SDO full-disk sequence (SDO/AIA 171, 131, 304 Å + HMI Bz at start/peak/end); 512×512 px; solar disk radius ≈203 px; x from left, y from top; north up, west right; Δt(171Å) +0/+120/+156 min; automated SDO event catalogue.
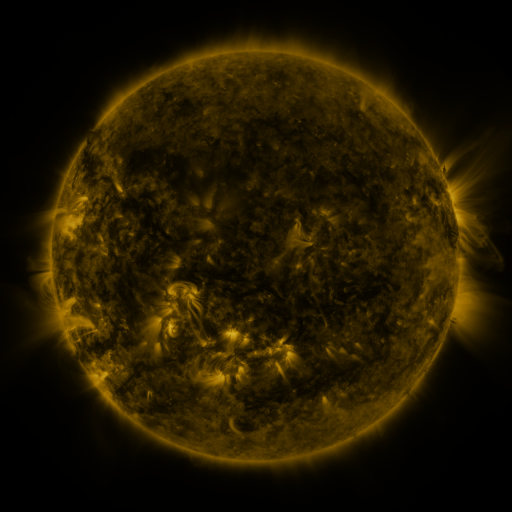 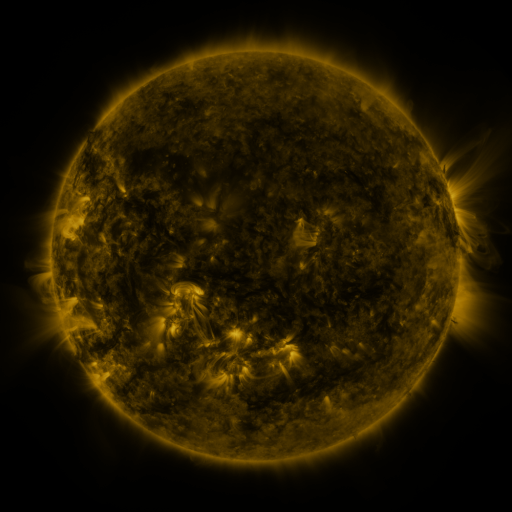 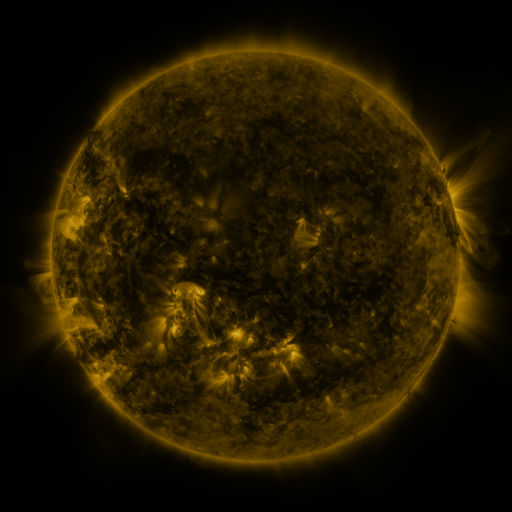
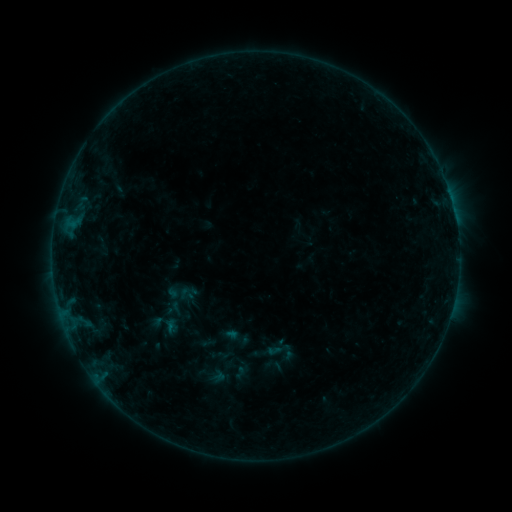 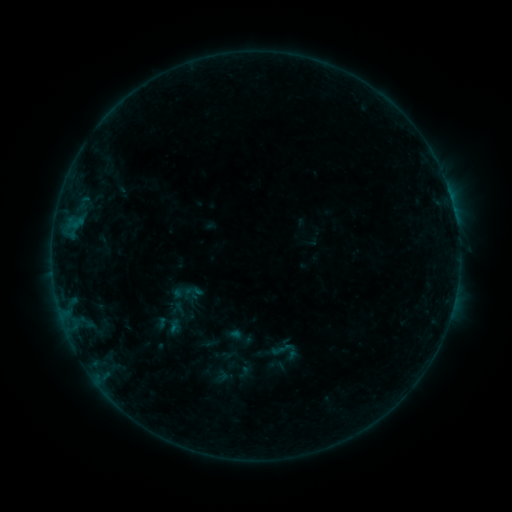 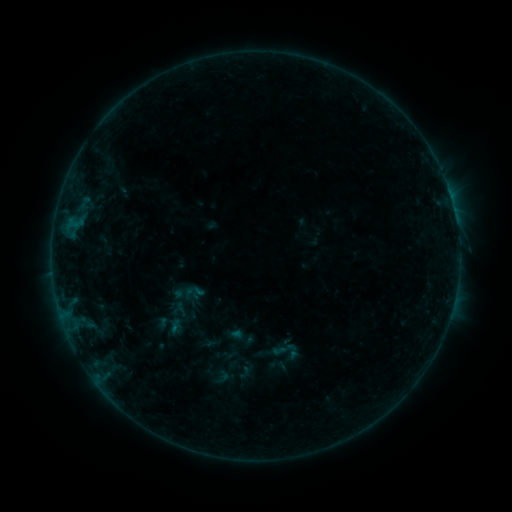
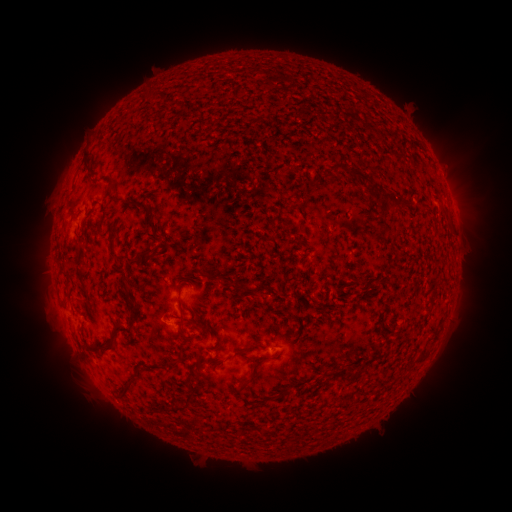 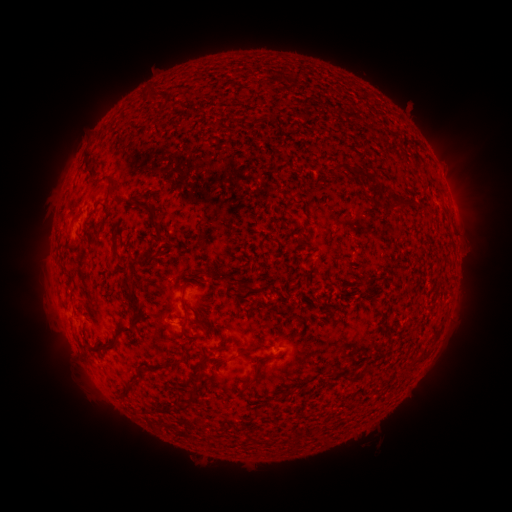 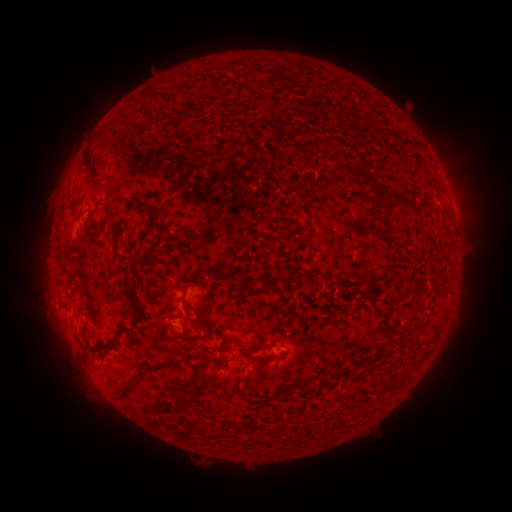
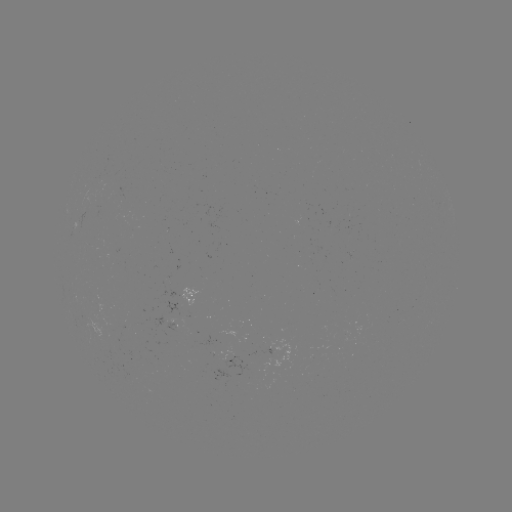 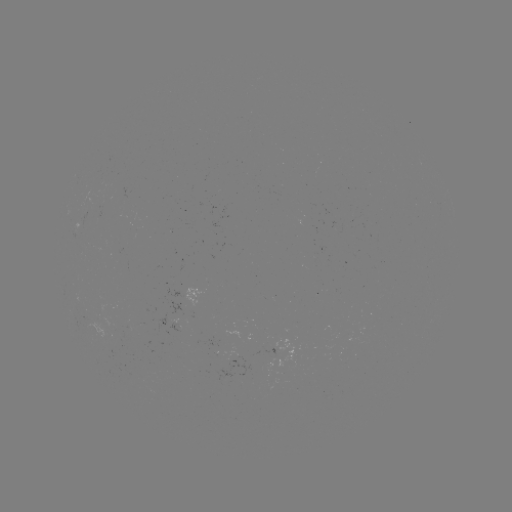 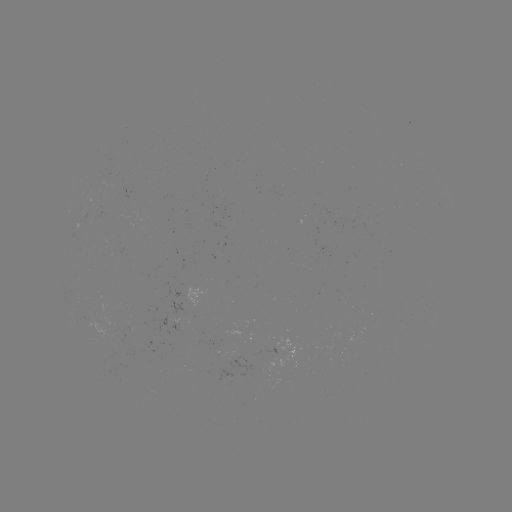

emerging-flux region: <bbox>89, 197, 99, 210</bbox>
